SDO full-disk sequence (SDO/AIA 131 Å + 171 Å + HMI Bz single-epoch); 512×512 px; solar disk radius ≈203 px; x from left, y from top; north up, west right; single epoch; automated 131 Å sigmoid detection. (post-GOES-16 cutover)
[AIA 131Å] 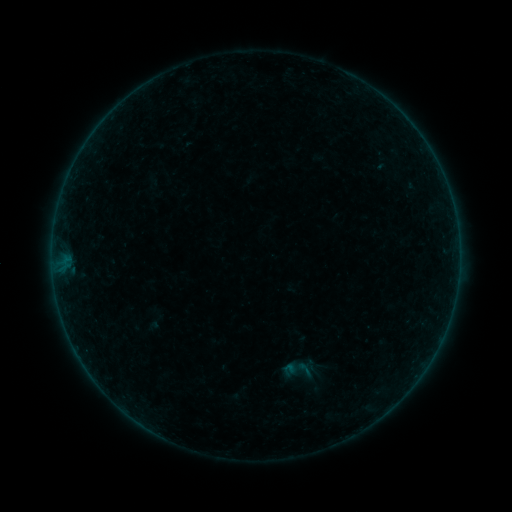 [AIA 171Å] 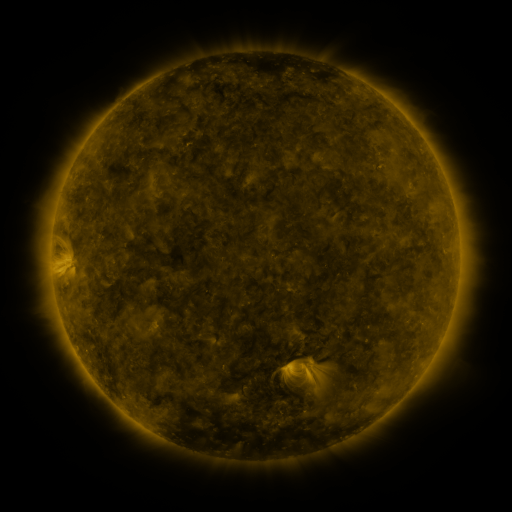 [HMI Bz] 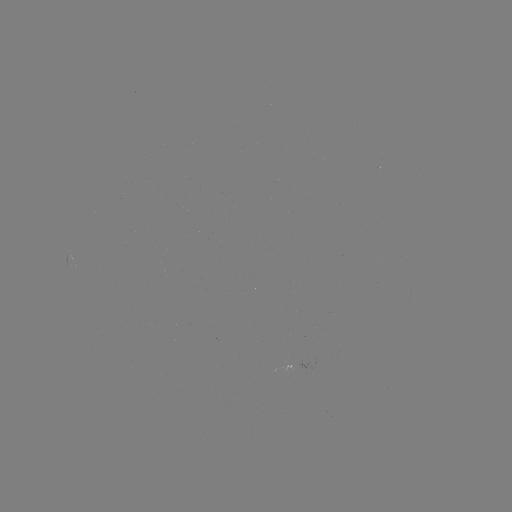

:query sigmoid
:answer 304,369